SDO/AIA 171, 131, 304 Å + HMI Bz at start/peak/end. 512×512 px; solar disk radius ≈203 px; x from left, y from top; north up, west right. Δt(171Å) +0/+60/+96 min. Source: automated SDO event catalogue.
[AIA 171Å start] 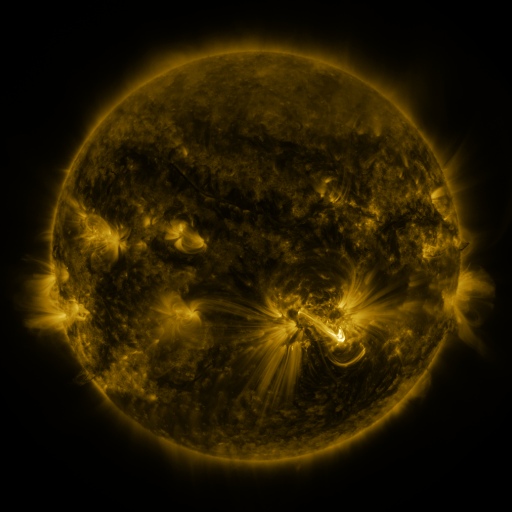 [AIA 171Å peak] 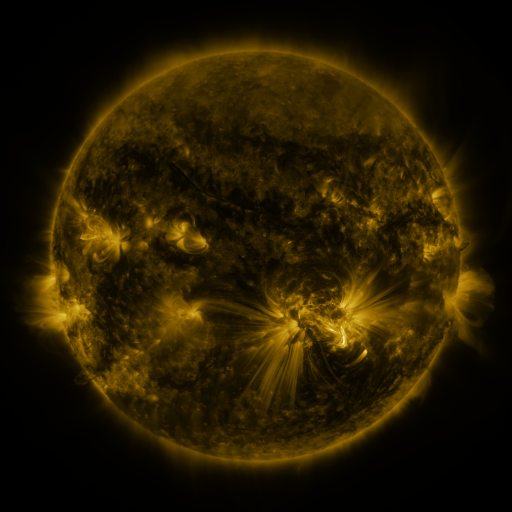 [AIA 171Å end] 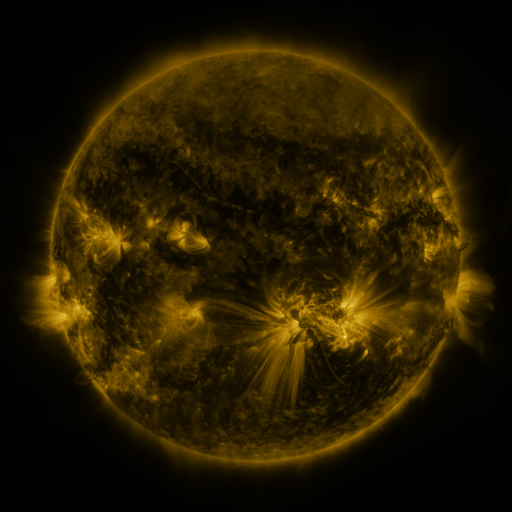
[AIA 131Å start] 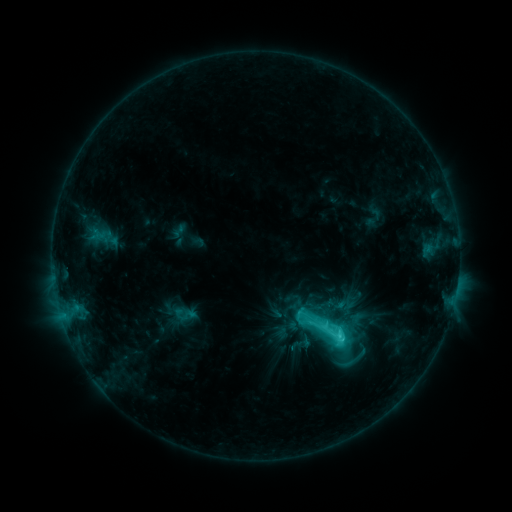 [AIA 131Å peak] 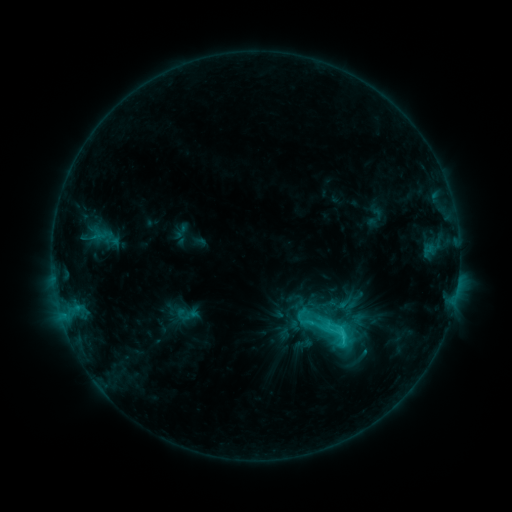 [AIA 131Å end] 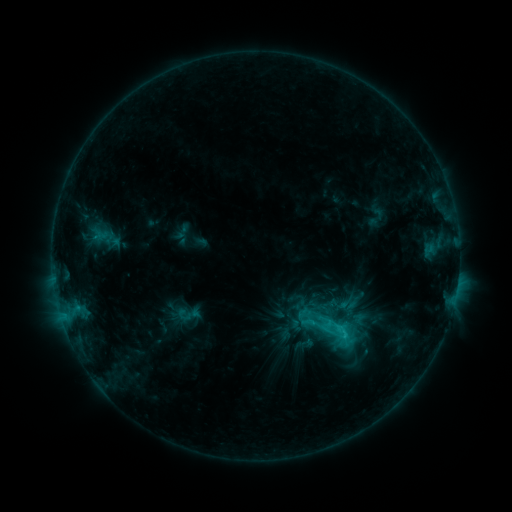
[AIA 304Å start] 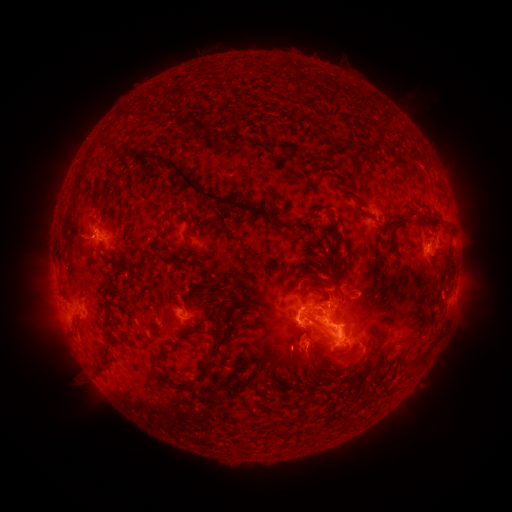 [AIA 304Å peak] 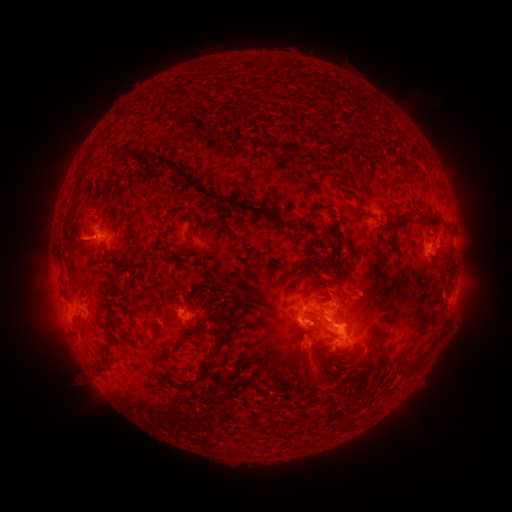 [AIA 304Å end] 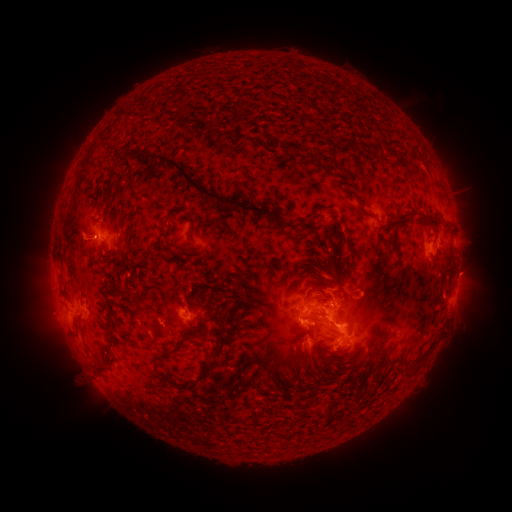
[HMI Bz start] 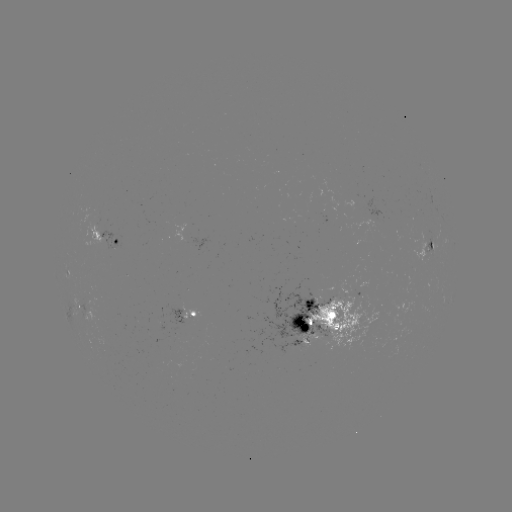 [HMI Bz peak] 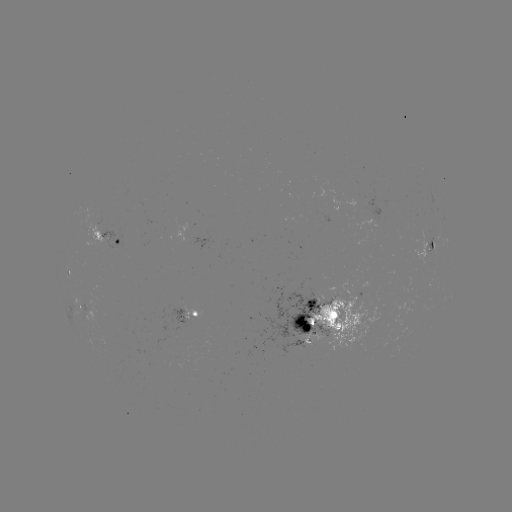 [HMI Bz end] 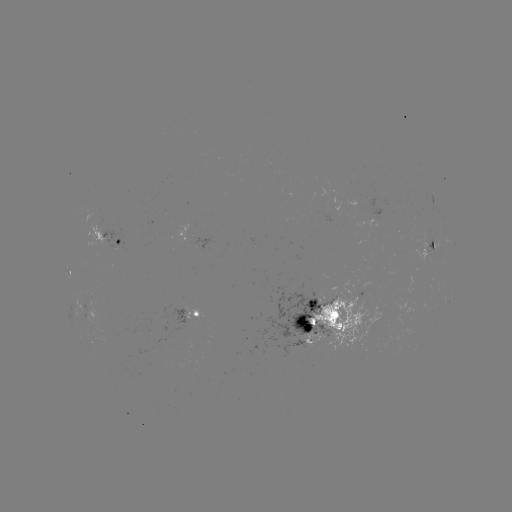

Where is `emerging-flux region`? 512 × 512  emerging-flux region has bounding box [259, 276, 334, 353].